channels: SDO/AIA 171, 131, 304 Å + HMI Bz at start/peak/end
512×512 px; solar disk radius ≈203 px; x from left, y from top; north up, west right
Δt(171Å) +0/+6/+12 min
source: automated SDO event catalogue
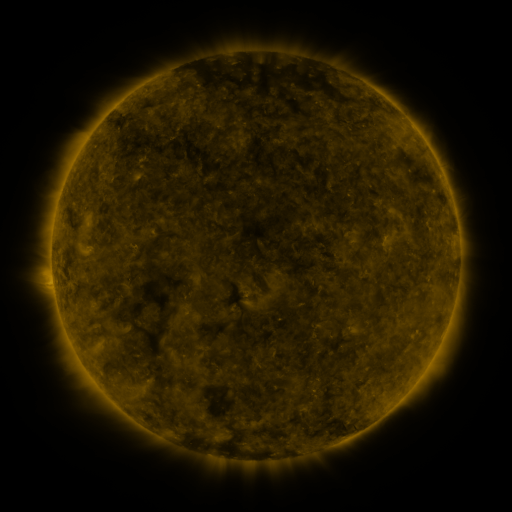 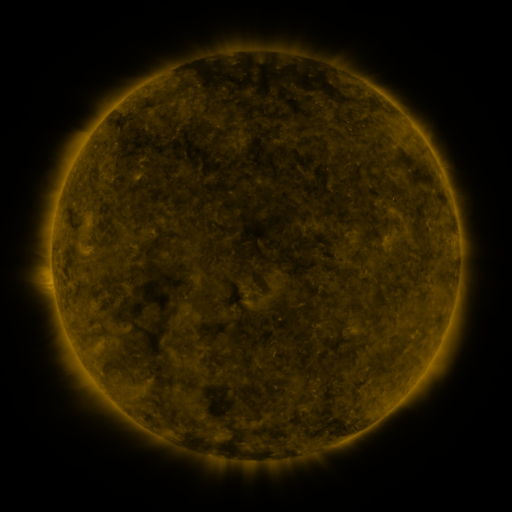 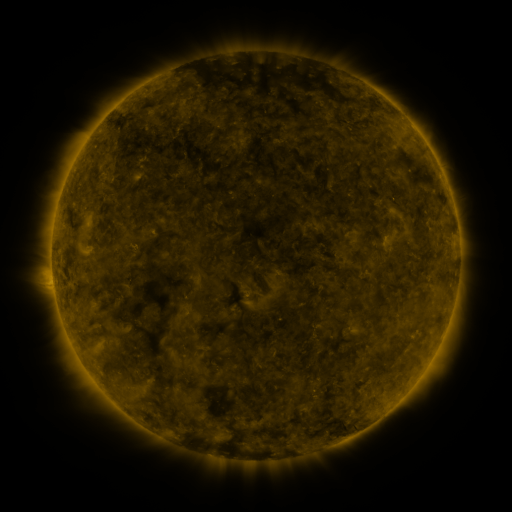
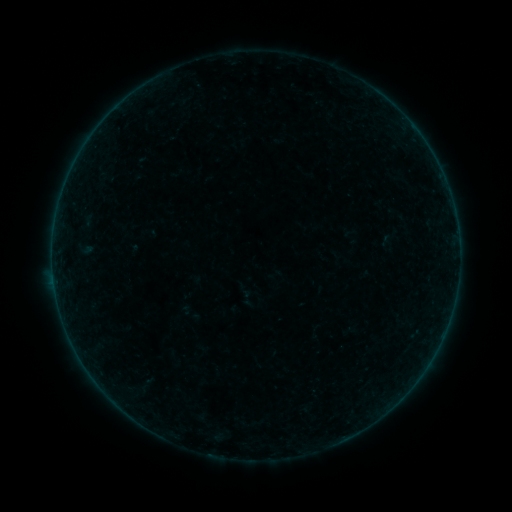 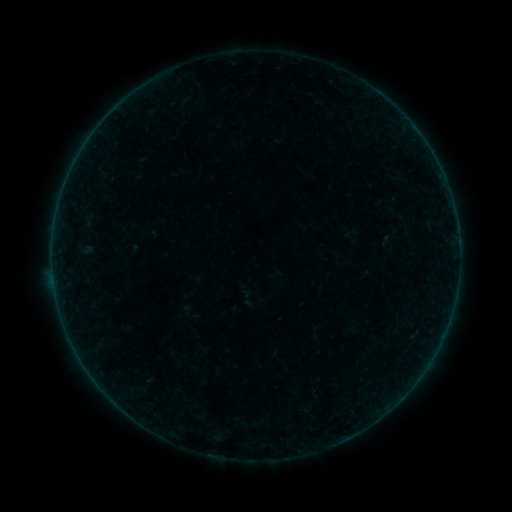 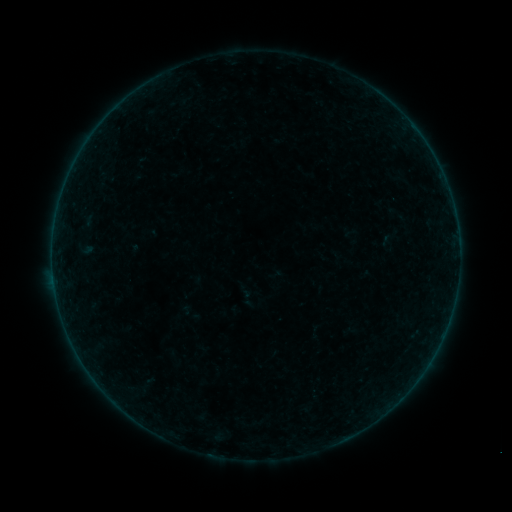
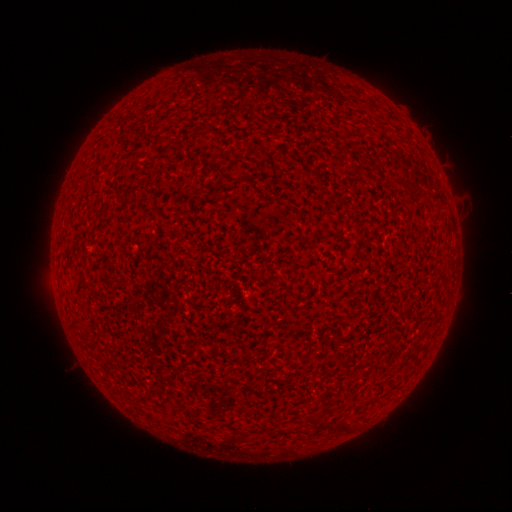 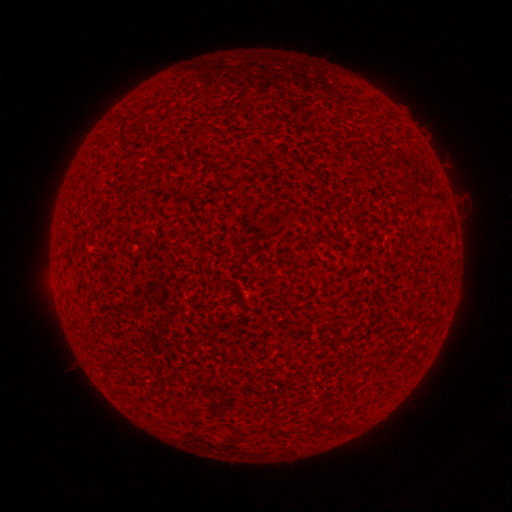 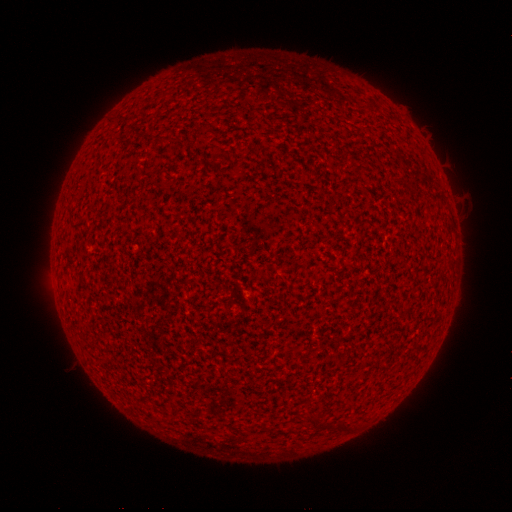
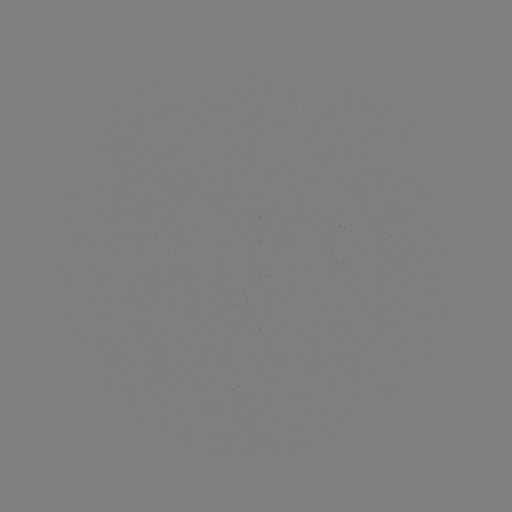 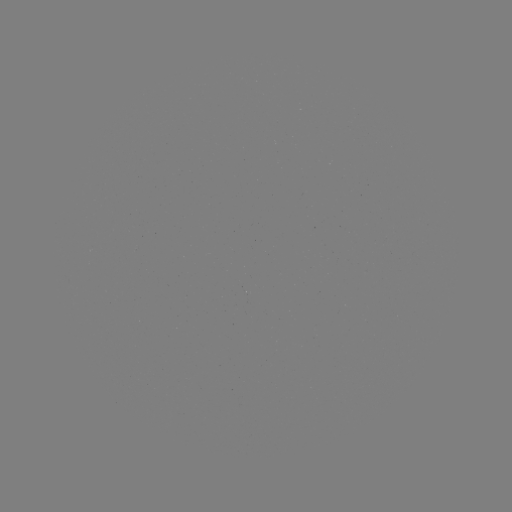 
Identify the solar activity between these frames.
A2.2 flare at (458, 245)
